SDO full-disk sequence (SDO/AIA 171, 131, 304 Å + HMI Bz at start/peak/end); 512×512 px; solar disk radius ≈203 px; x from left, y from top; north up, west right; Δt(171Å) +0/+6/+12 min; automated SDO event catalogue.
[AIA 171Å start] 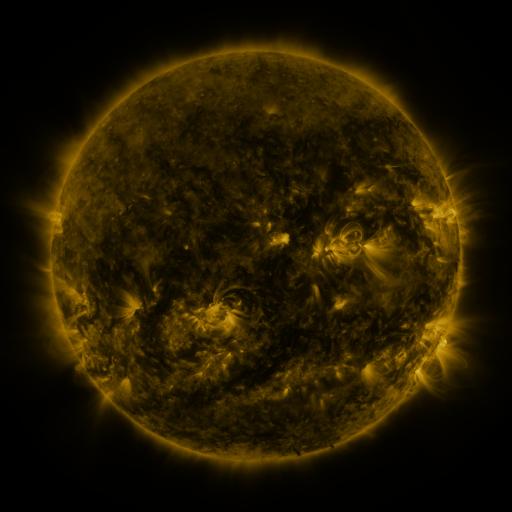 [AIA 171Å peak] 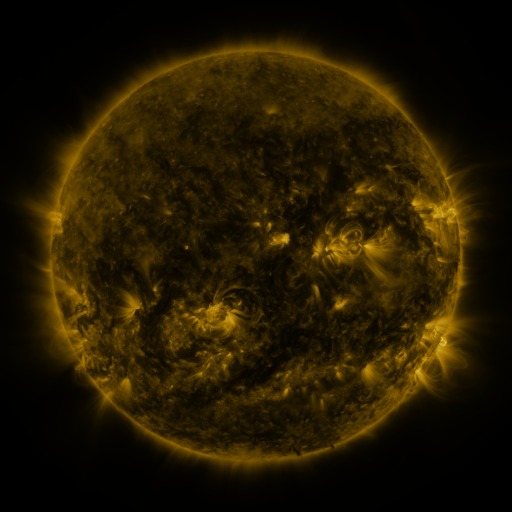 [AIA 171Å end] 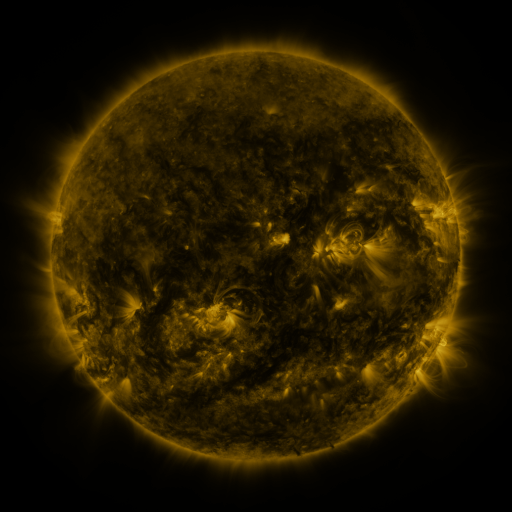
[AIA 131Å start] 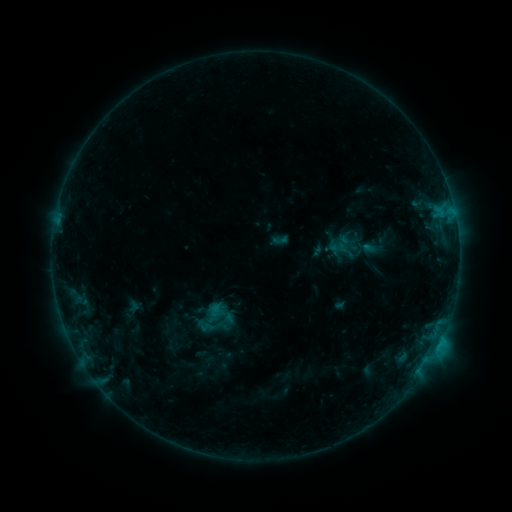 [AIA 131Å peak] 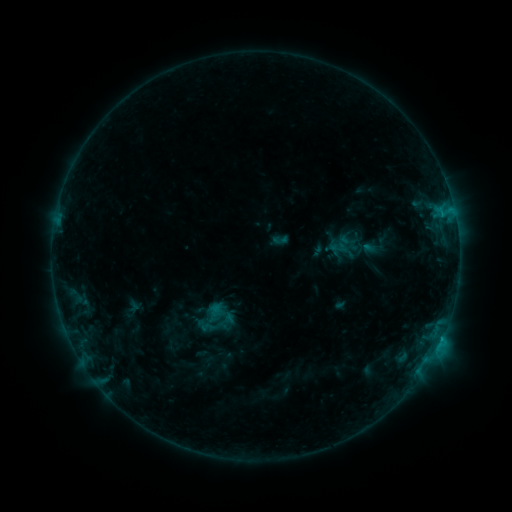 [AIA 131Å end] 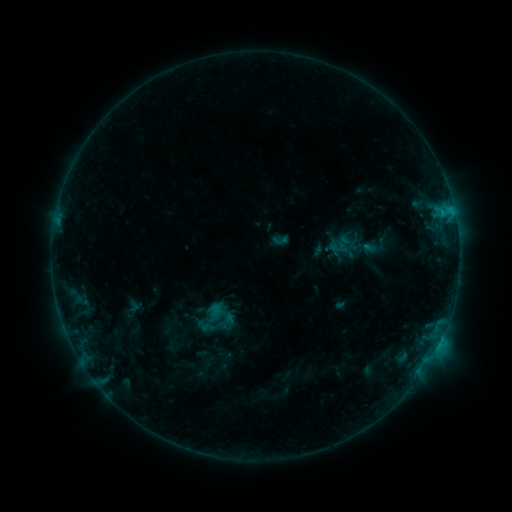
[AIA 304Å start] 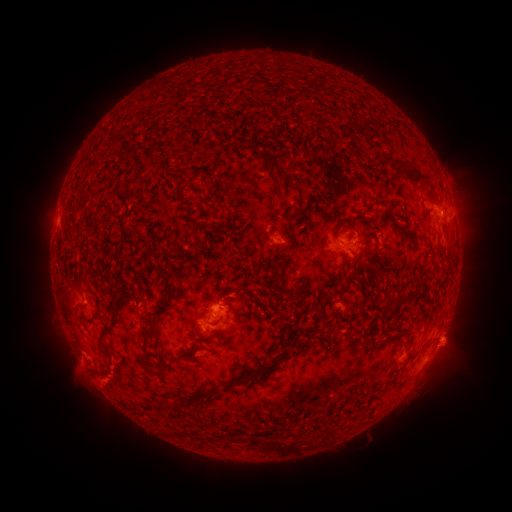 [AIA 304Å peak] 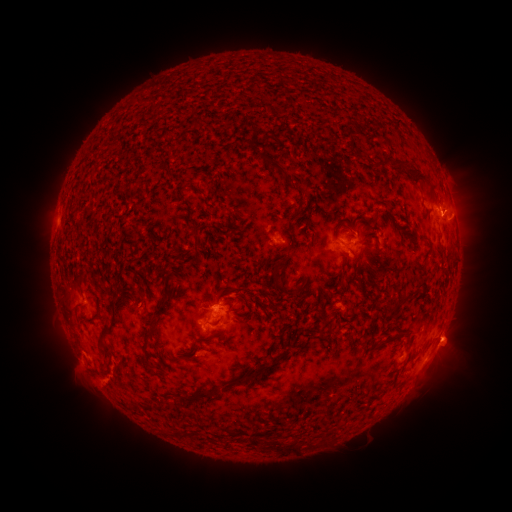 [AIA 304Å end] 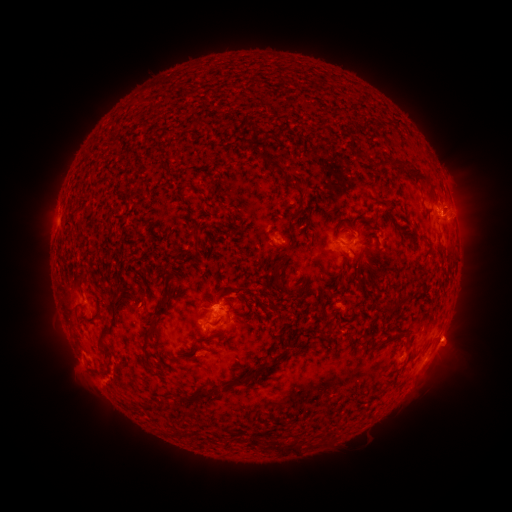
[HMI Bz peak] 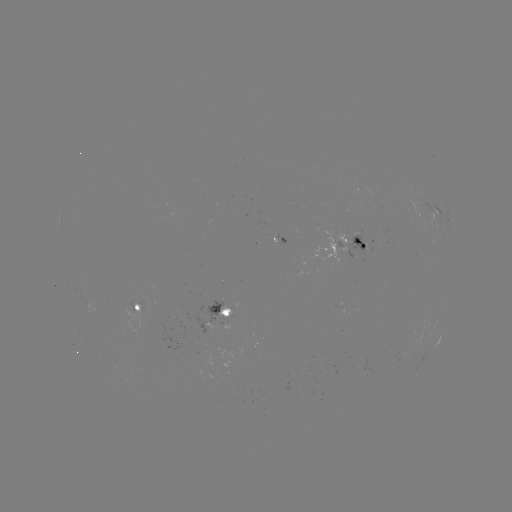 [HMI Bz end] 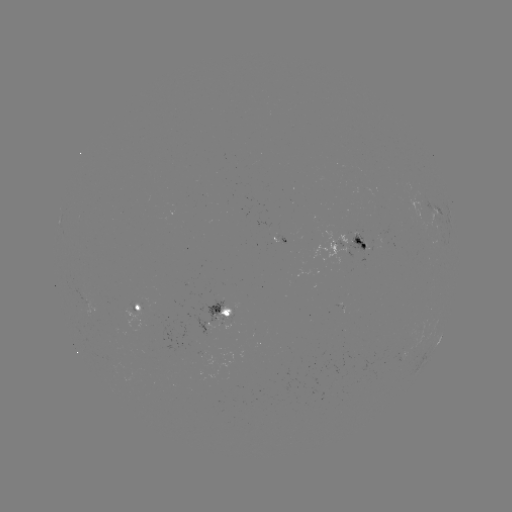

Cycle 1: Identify eruption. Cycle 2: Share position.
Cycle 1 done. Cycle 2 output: [461, 206].